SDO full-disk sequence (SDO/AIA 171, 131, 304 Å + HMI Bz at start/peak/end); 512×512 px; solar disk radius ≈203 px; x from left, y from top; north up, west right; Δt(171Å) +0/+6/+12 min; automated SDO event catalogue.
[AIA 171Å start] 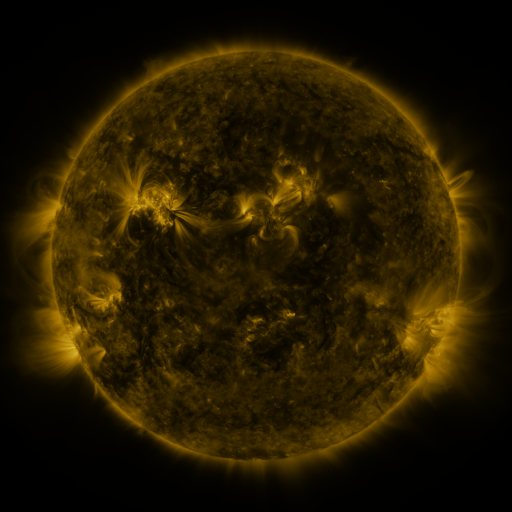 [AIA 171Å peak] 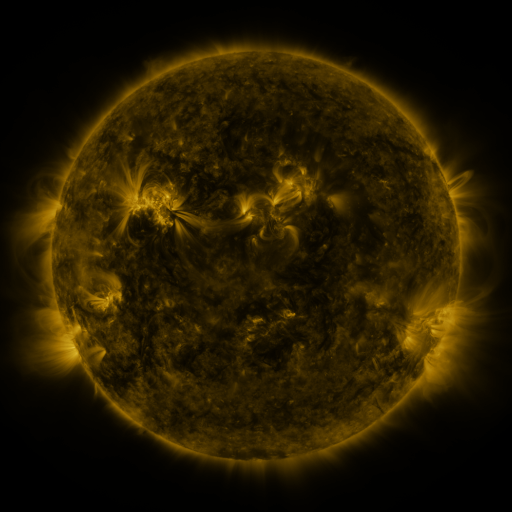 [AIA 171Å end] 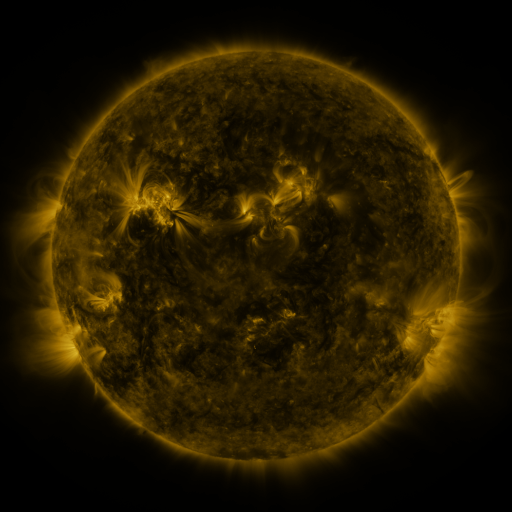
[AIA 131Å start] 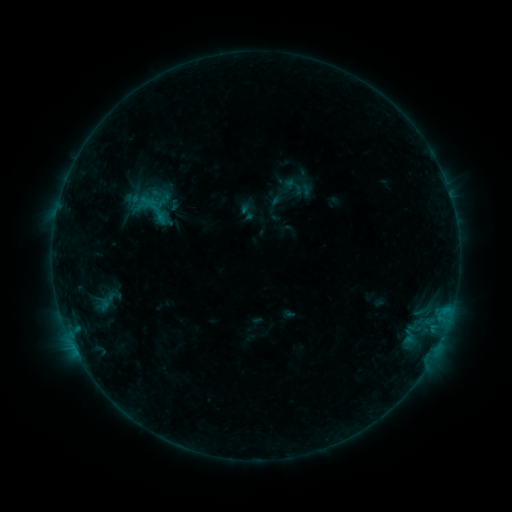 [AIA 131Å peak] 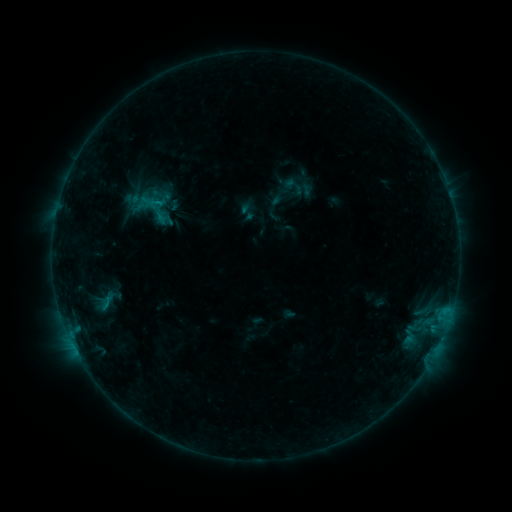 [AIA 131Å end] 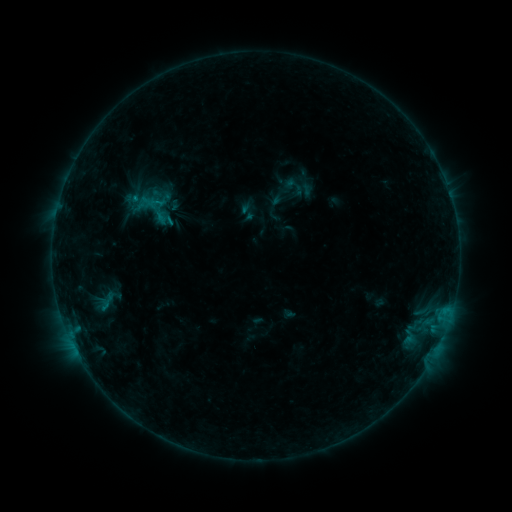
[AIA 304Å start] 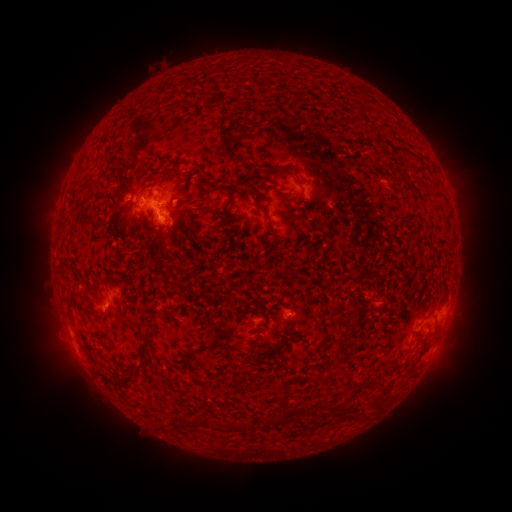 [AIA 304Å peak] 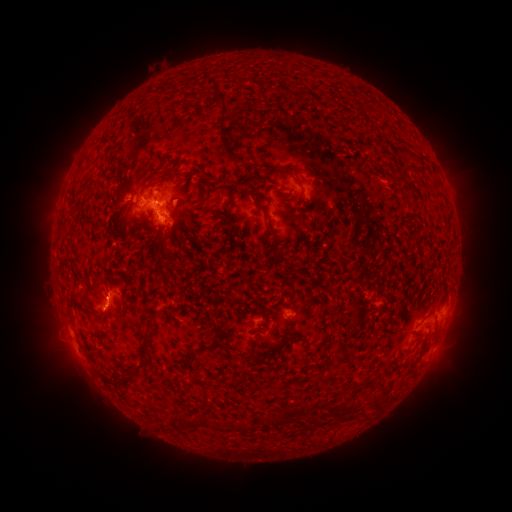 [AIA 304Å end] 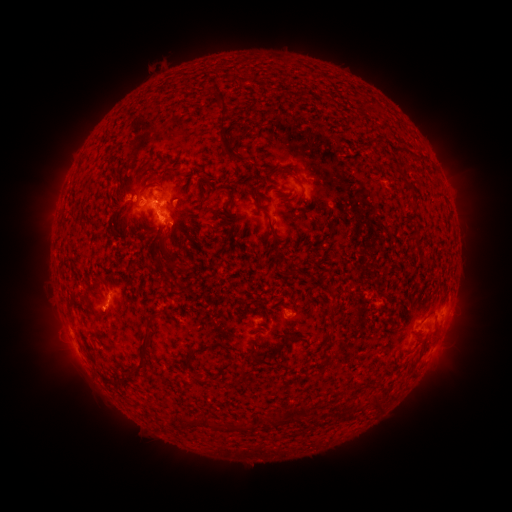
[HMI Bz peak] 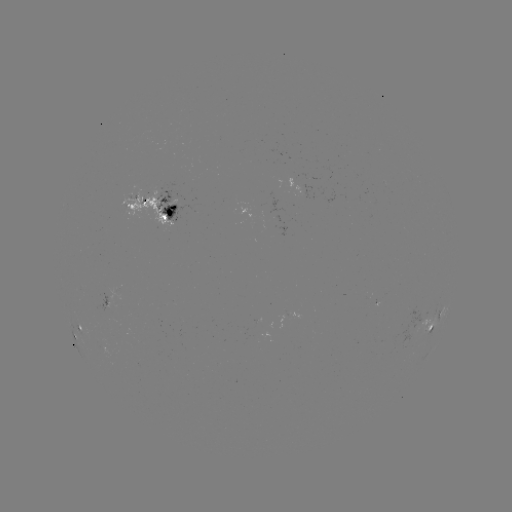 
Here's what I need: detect B9.3 flare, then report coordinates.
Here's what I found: B9.3 flare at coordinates (173, 224).